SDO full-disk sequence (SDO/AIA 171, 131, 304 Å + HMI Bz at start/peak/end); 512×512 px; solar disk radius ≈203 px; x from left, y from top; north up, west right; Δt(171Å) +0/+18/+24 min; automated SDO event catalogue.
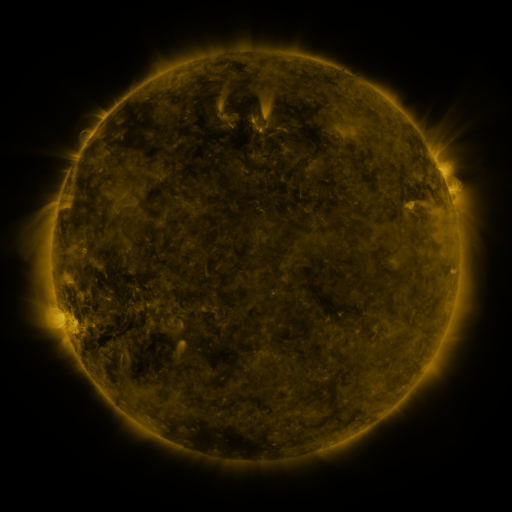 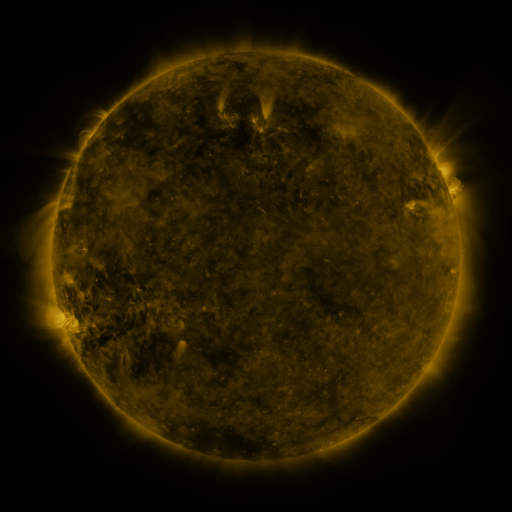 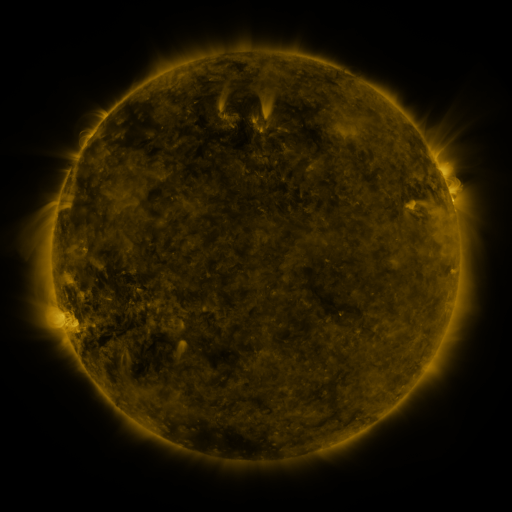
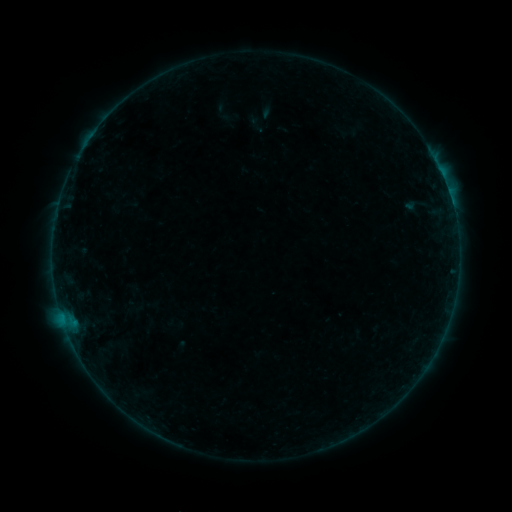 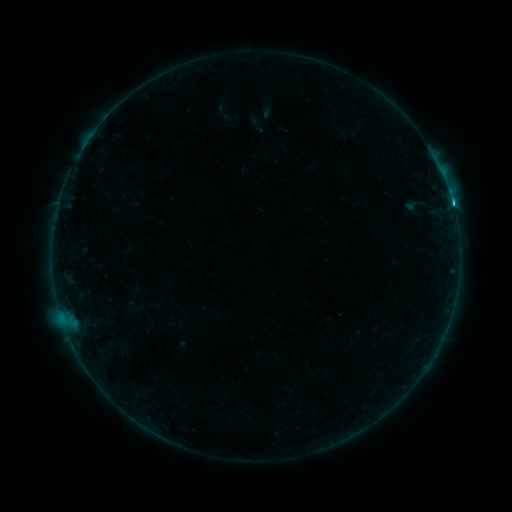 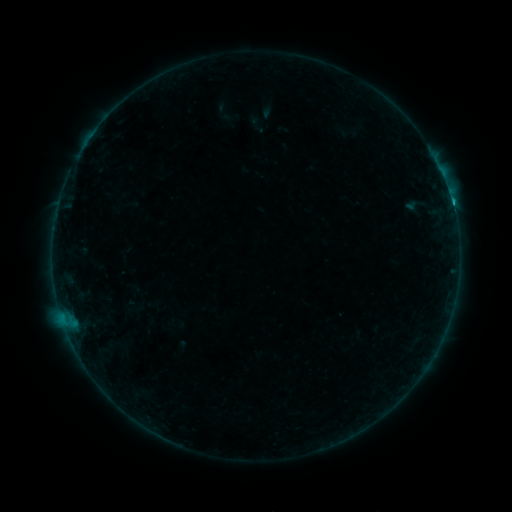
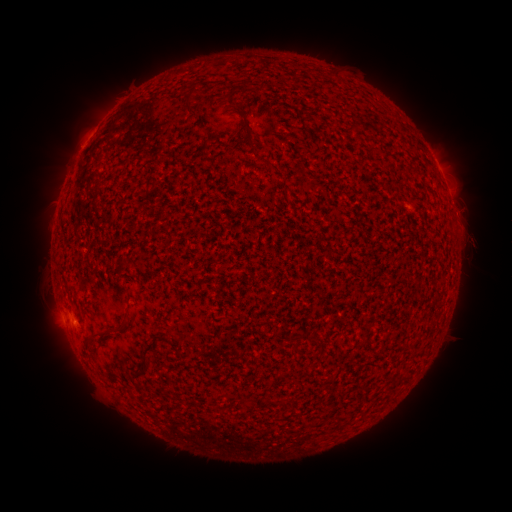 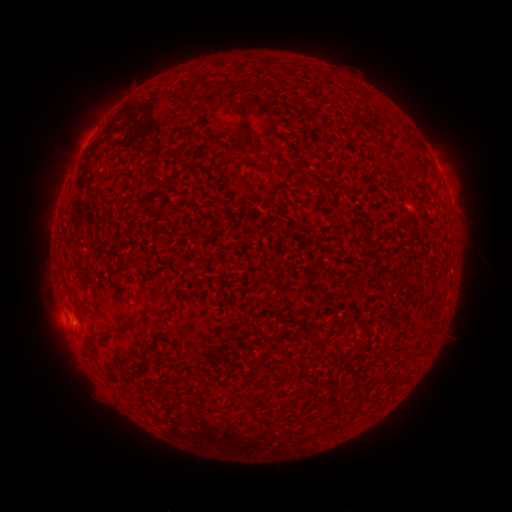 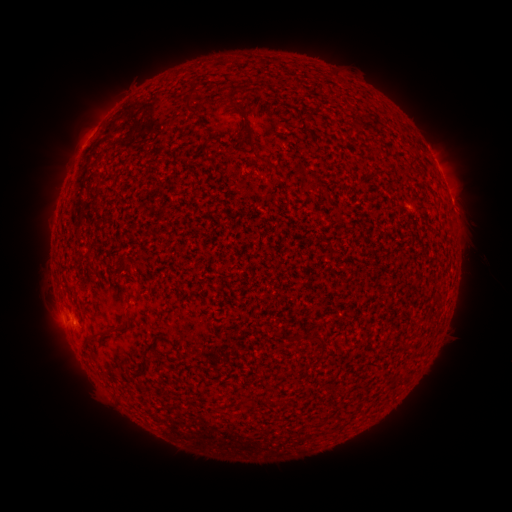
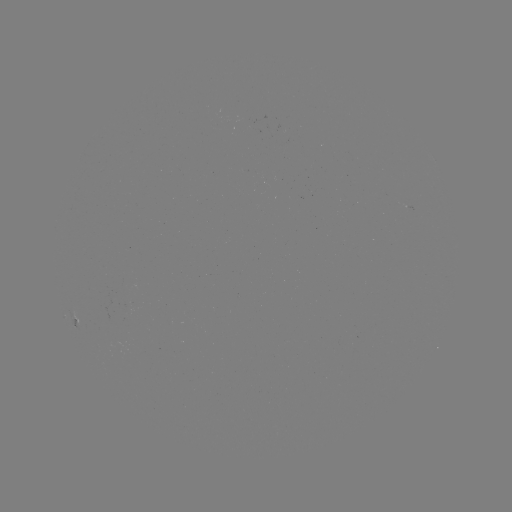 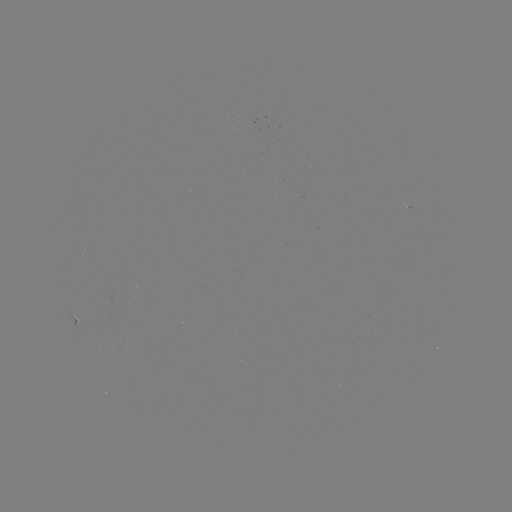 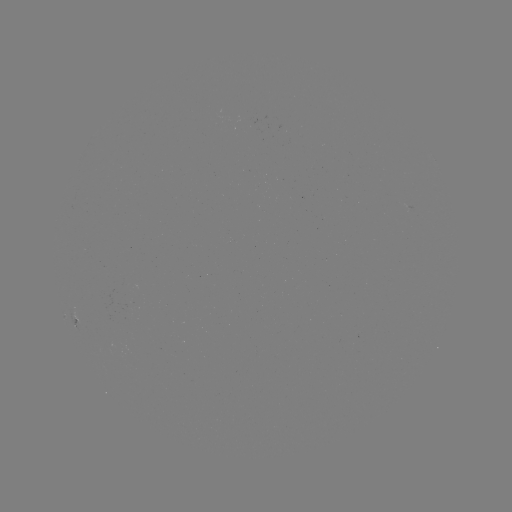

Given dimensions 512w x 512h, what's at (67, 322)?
C1.5 flare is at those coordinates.